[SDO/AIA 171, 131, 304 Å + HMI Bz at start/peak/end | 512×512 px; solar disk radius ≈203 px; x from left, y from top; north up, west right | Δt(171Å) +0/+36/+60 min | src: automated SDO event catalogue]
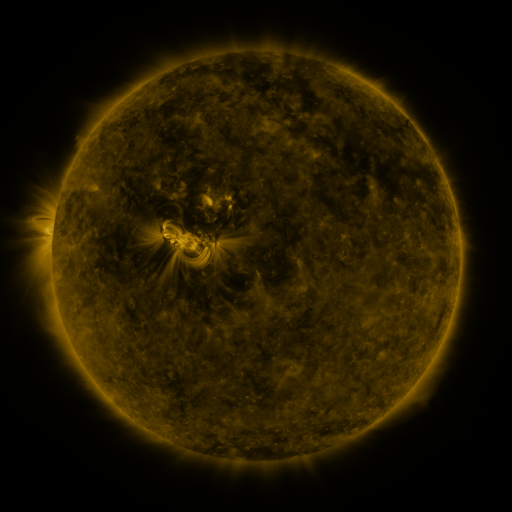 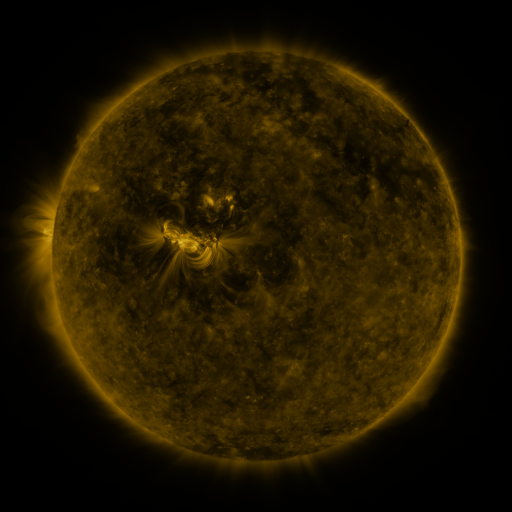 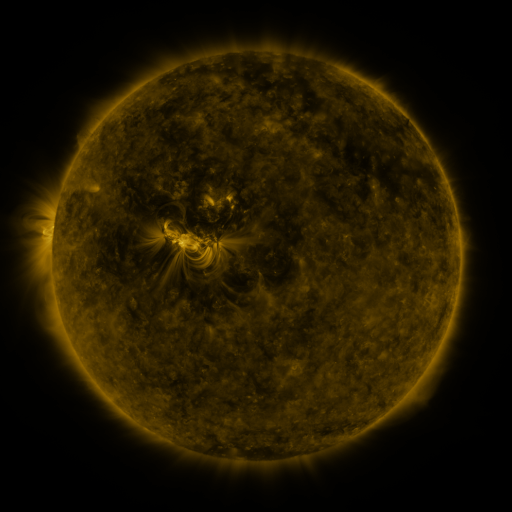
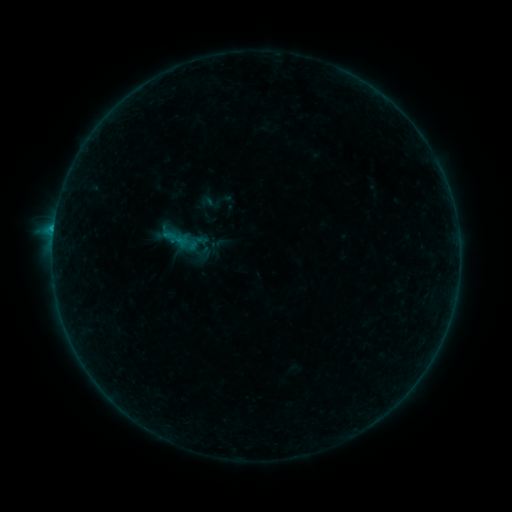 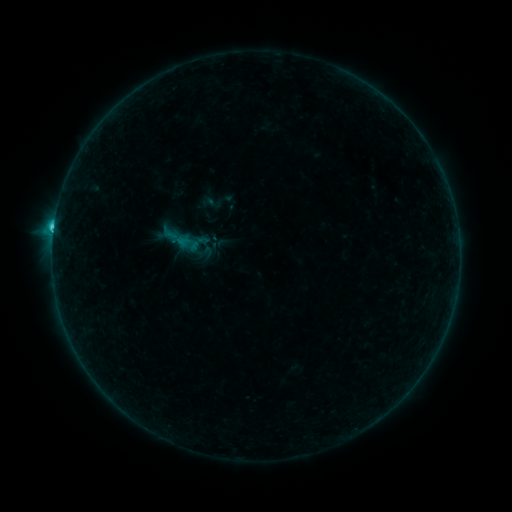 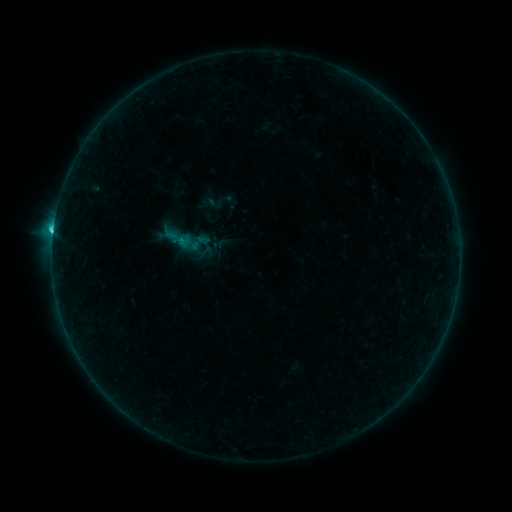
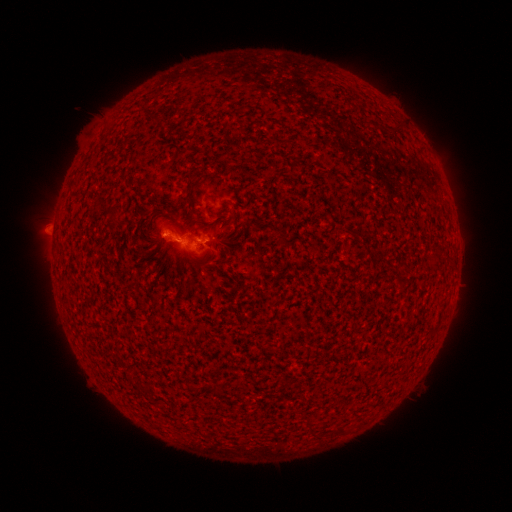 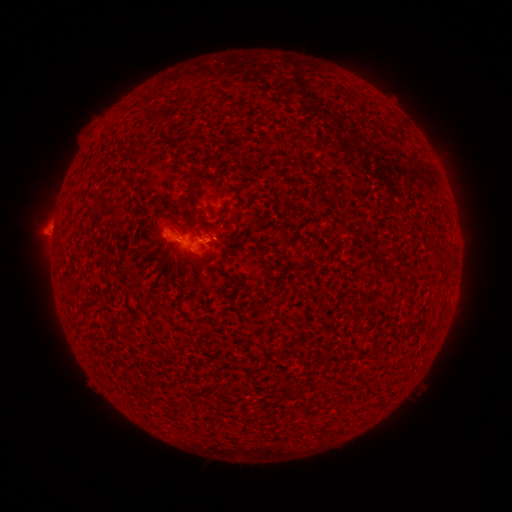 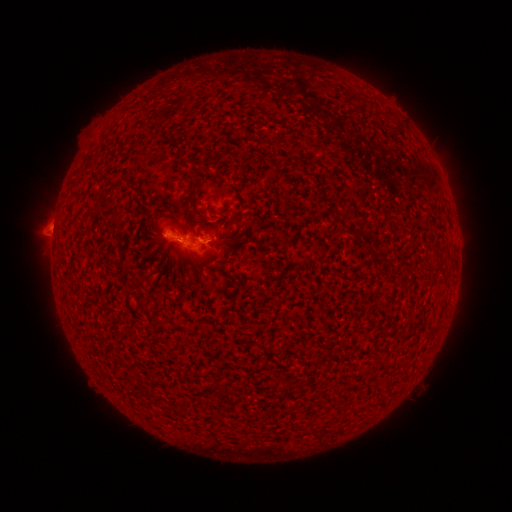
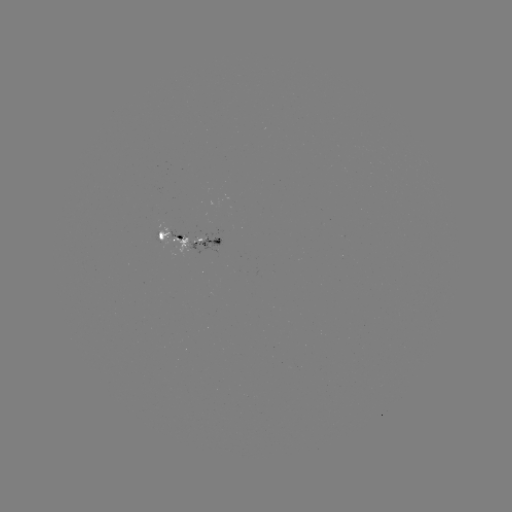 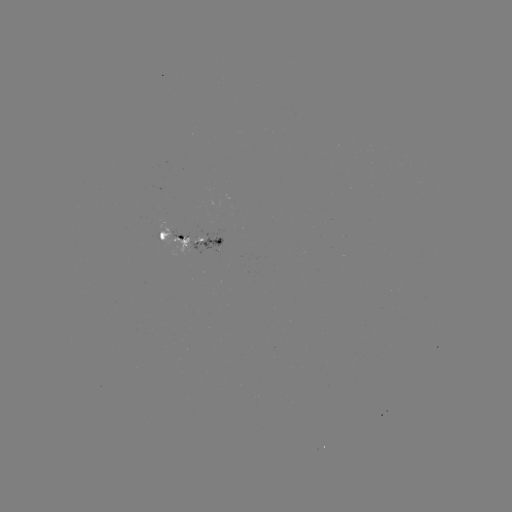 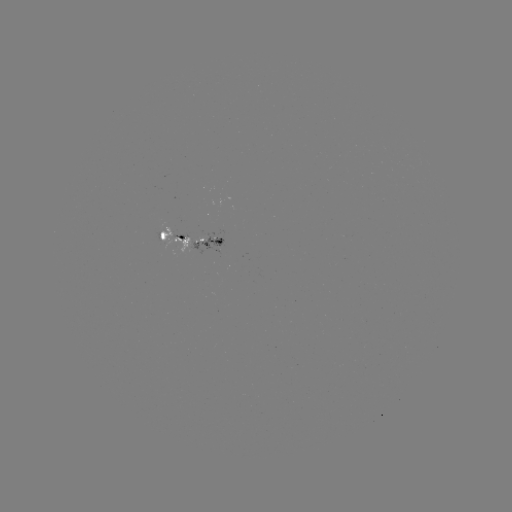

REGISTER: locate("C3.1 flare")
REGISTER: (54, 228)